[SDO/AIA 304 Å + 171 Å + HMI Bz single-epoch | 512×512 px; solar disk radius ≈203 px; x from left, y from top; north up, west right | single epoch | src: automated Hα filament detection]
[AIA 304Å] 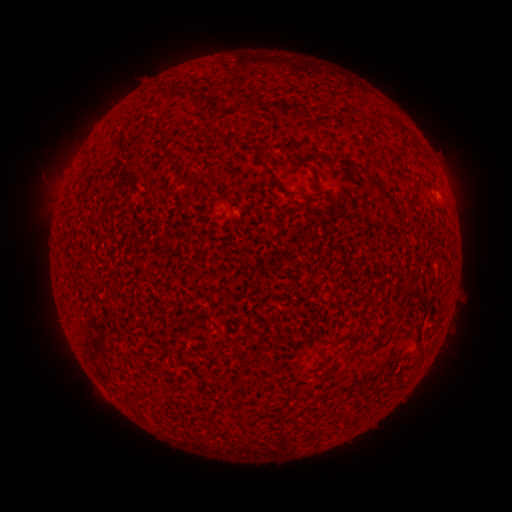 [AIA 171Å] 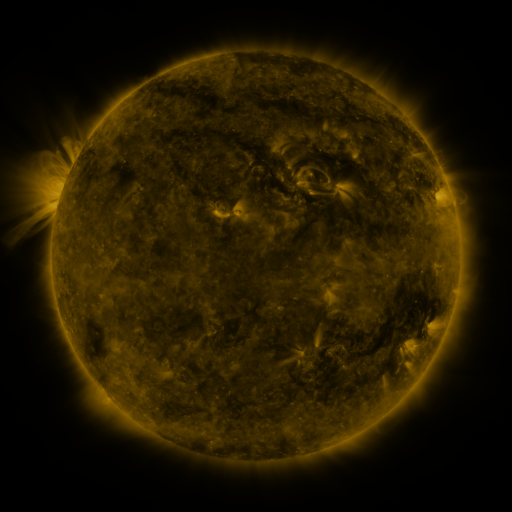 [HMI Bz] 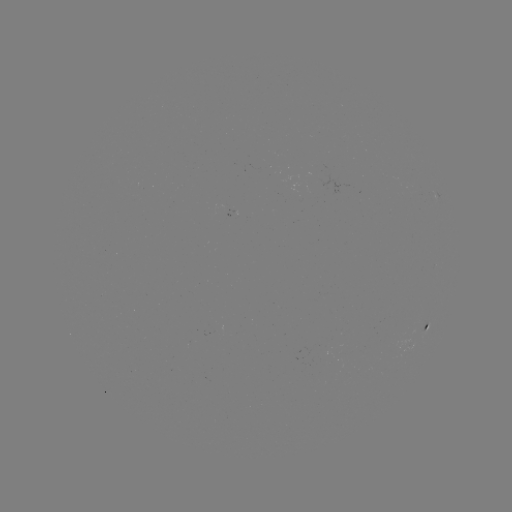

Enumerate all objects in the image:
filament: (179, 84, 193, 95)
filament: (323, 102, 331, 113)
filament: (376, 115, 386, 126)
filament: (401, 126, 410, 136)
filament: (256, 156, 280, 188)
filament: (368, 179, 403, 224)
filament: (393, 300, 404, 313)
filament: (415, 328, 422, 344)
filament: (327, 338, 340, 351)
filament: (319, 356, 328, 376)
